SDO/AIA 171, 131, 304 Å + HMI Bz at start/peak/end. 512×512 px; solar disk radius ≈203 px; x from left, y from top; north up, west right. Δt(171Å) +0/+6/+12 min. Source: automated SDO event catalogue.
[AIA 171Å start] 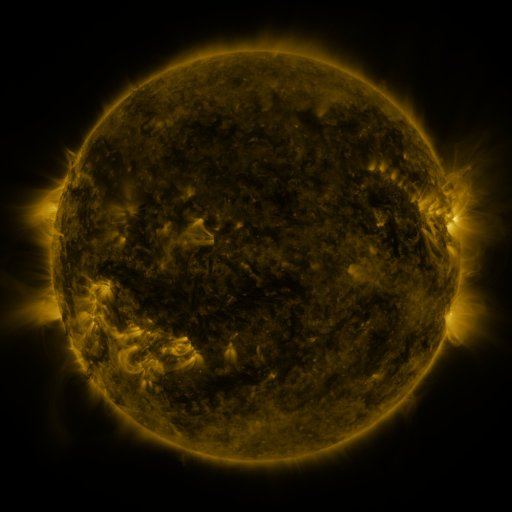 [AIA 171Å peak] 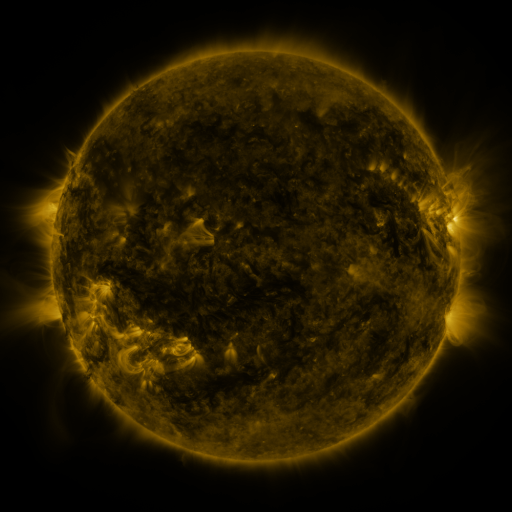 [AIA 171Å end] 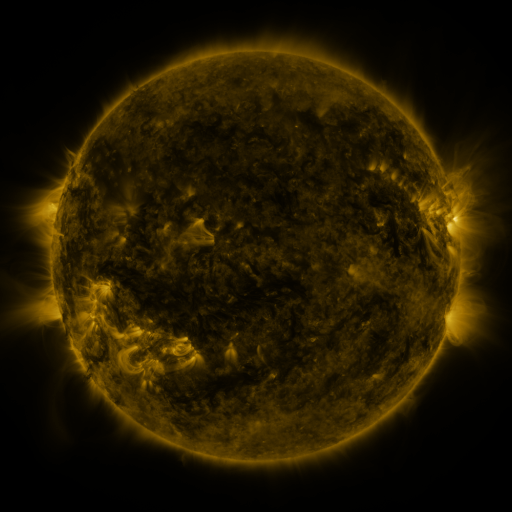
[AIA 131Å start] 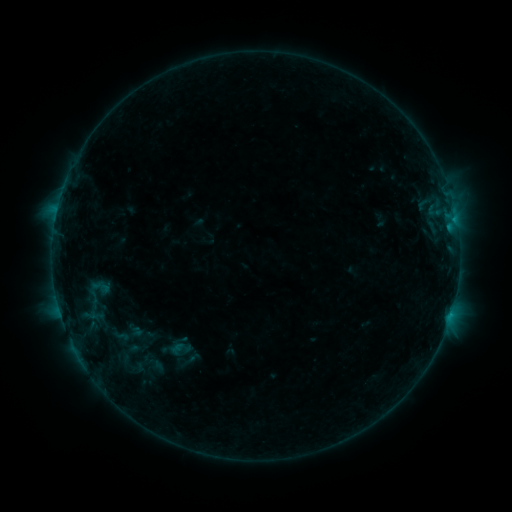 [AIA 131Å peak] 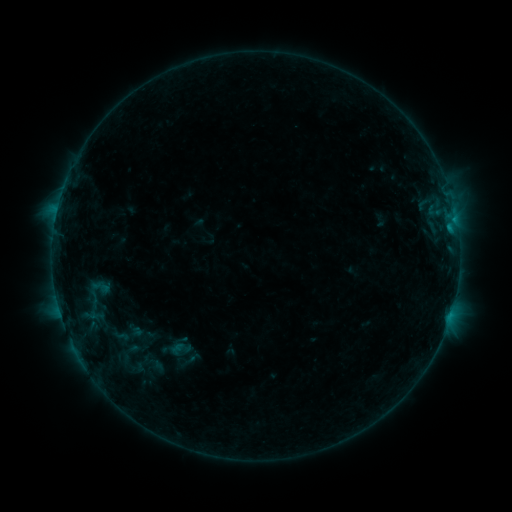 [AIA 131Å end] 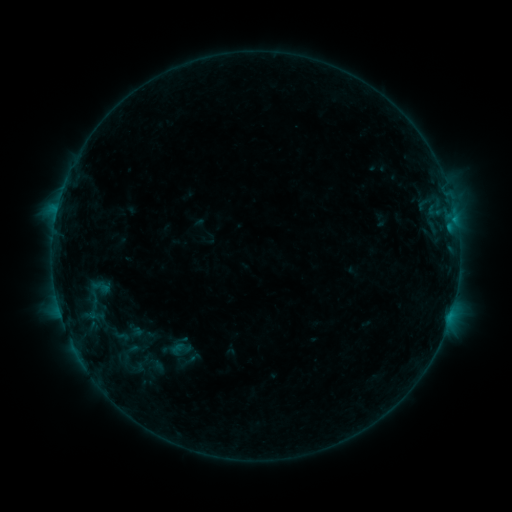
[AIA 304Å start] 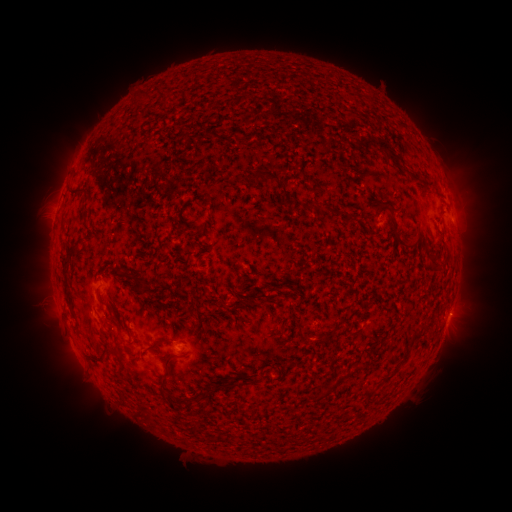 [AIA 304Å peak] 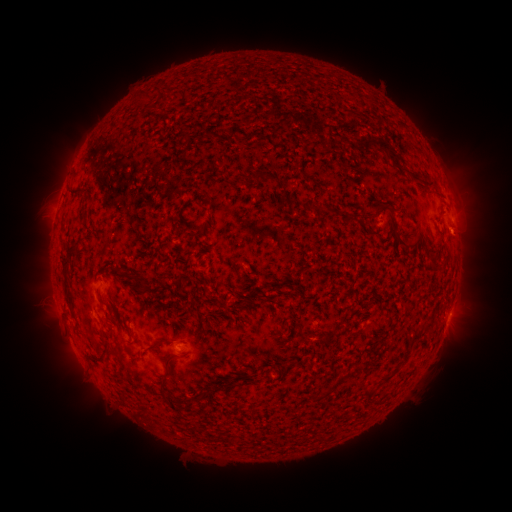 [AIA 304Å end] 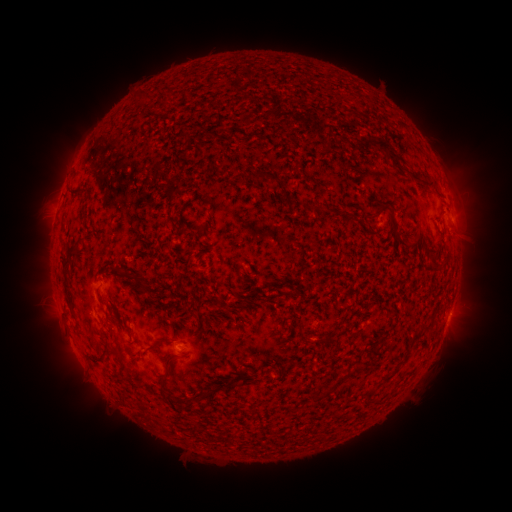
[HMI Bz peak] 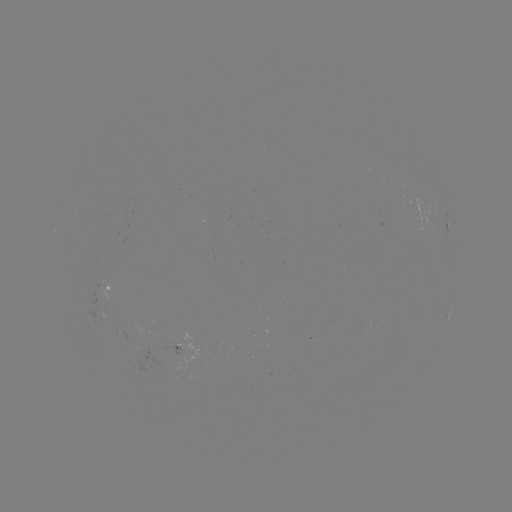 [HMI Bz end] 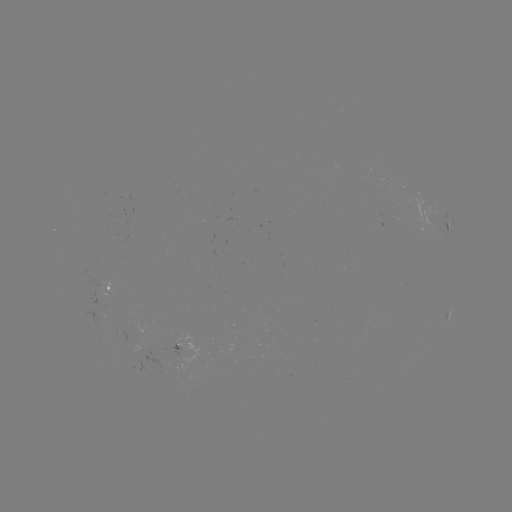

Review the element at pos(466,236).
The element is eruption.